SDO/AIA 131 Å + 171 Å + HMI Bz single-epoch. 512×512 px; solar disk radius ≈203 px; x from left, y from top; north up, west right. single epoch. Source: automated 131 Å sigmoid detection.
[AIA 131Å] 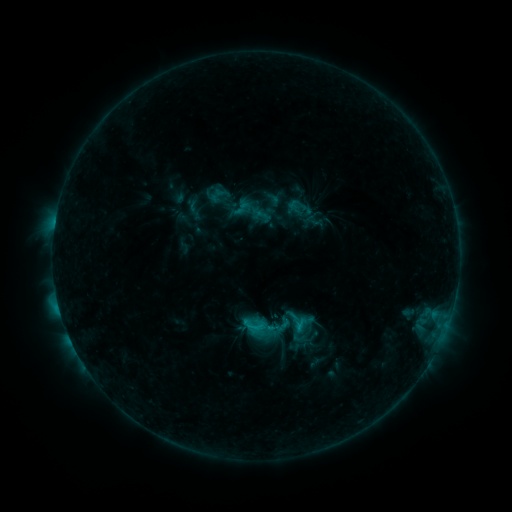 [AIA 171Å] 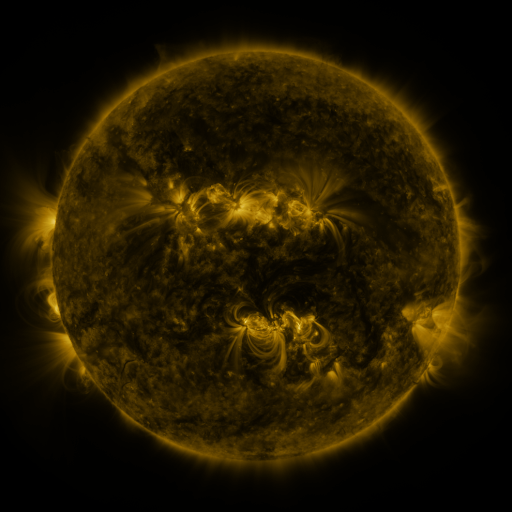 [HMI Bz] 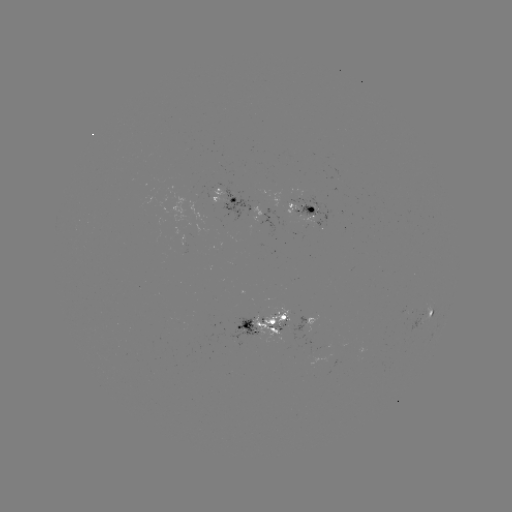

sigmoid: (289, 309, 313, 333)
